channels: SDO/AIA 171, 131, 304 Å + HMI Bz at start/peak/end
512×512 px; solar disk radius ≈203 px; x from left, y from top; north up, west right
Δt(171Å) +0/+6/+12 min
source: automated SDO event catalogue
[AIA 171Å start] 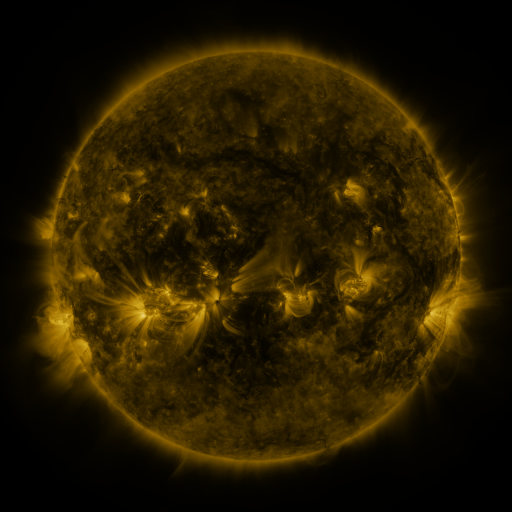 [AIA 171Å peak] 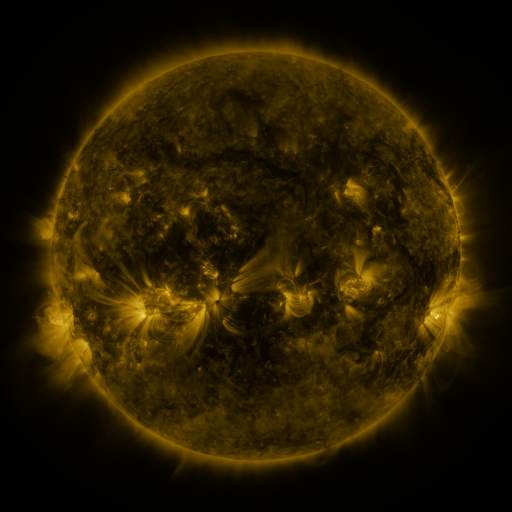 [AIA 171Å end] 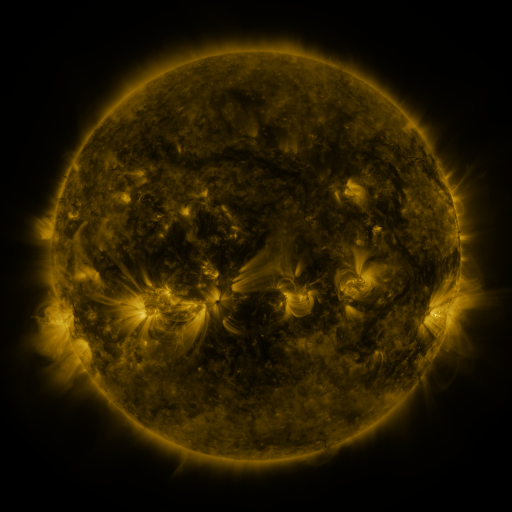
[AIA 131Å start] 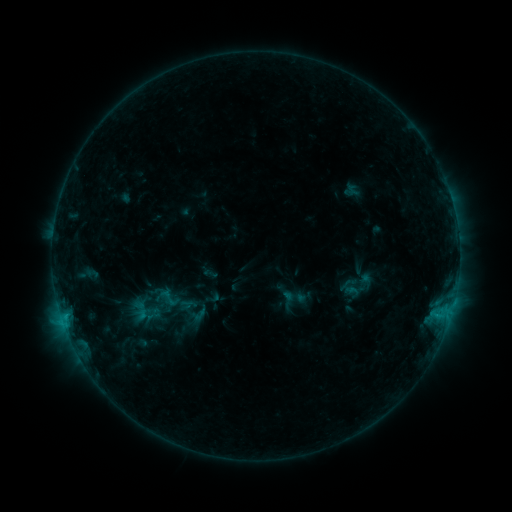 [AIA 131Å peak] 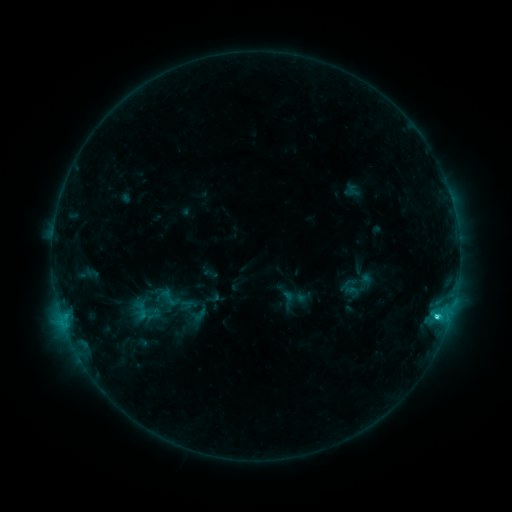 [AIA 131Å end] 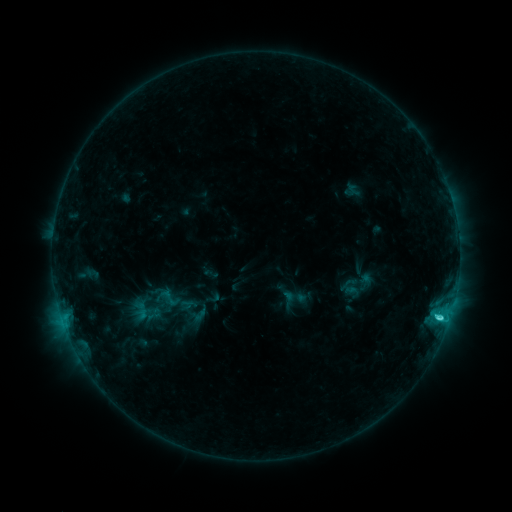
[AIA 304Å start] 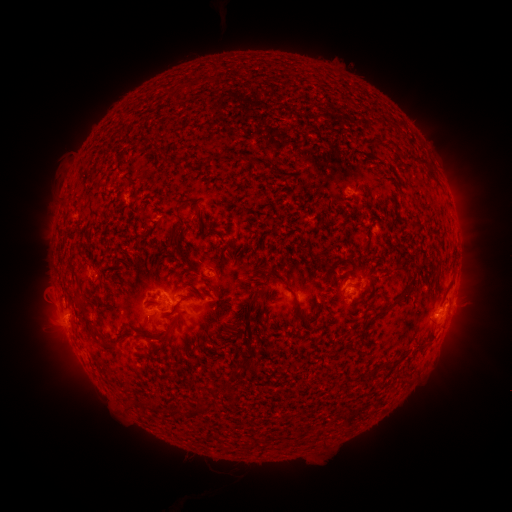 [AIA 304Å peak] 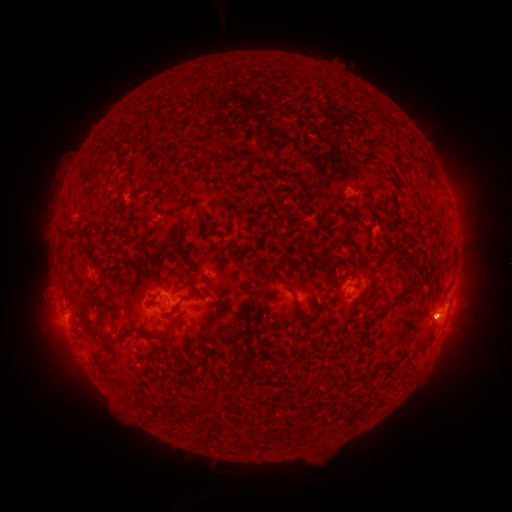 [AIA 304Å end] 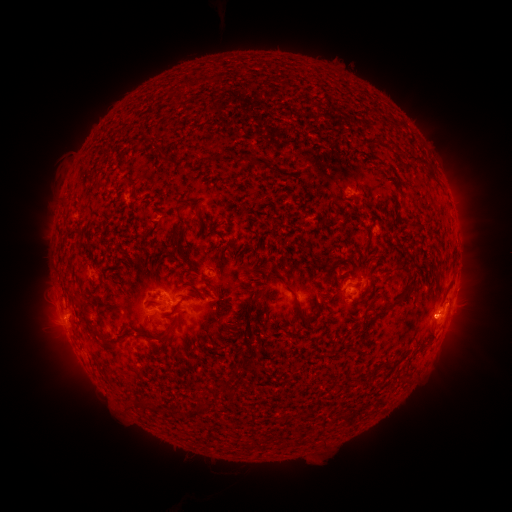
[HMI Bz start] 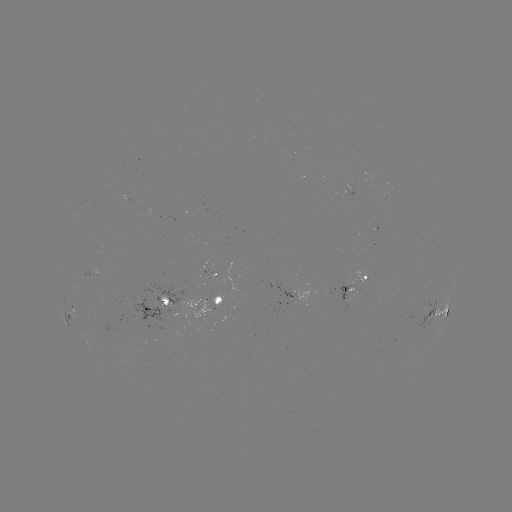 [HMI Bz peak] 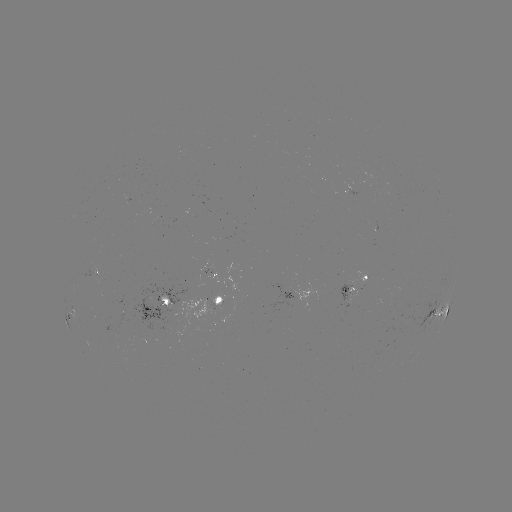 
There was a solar flare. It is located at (436, 316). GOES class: C2.9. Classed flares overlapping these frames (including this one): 1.